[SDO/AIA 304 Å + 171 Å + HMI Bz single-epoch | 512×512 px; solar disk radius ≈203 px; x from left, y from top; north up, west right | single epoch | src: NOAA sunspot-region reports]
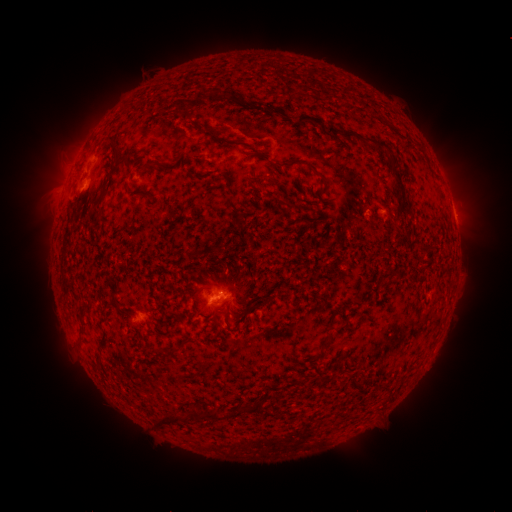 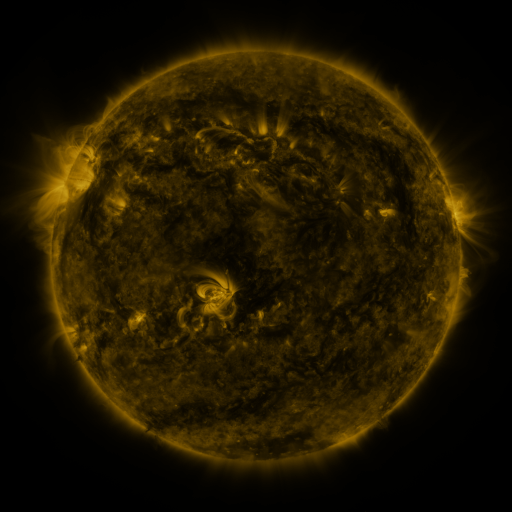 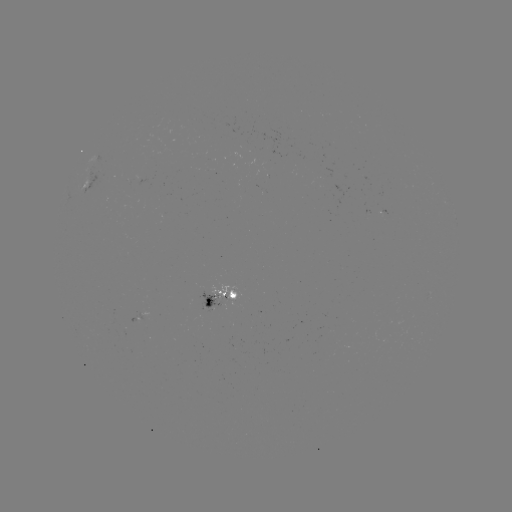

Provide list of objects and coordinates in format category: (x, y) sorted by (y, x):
spotted active region: (89, 181)
spotted active region: (456, 225)
spotted active region: (222, 293)
